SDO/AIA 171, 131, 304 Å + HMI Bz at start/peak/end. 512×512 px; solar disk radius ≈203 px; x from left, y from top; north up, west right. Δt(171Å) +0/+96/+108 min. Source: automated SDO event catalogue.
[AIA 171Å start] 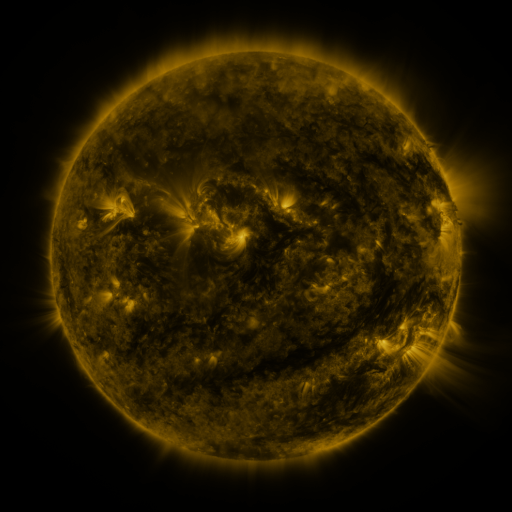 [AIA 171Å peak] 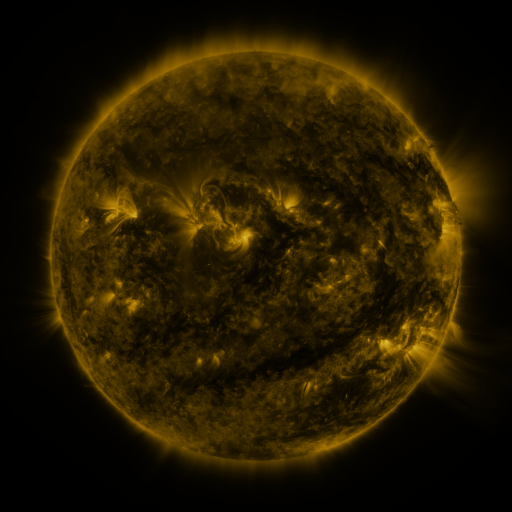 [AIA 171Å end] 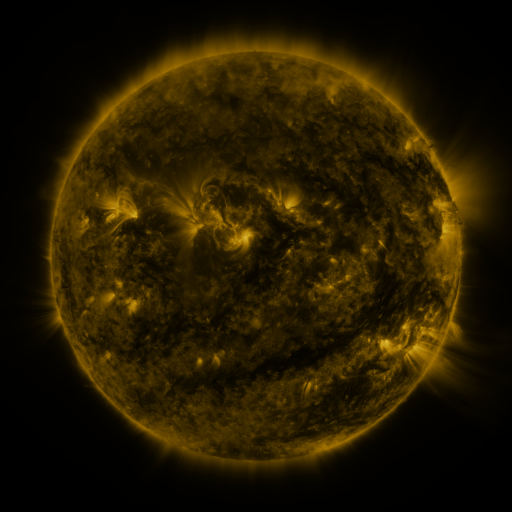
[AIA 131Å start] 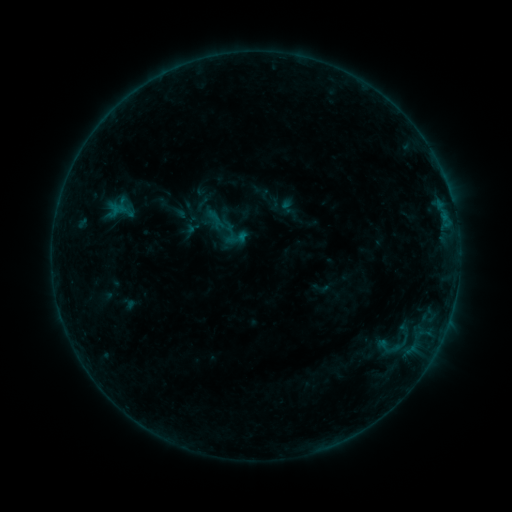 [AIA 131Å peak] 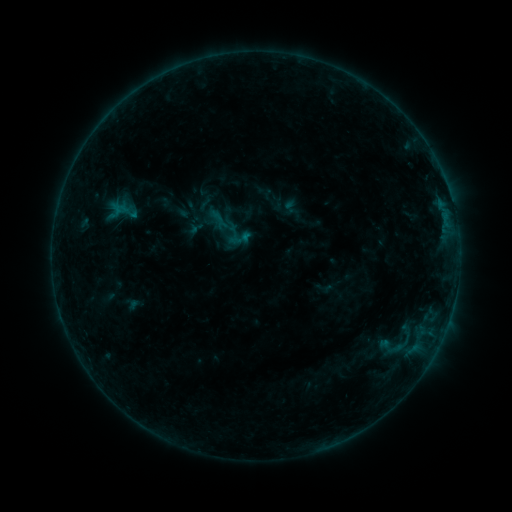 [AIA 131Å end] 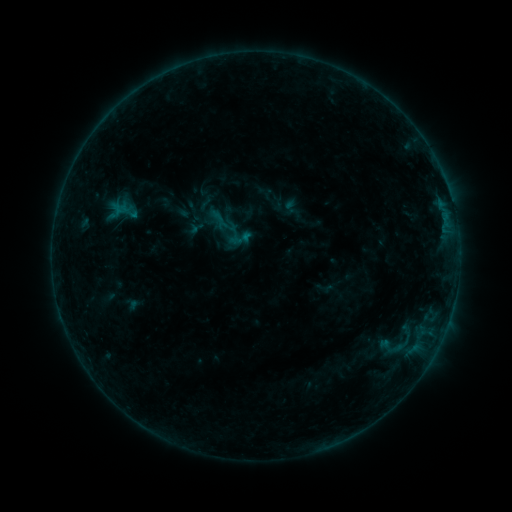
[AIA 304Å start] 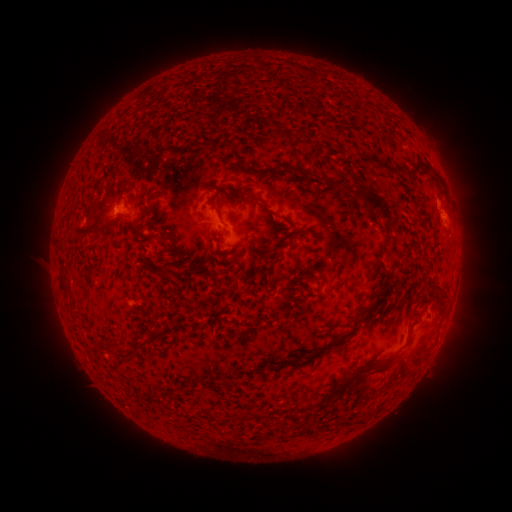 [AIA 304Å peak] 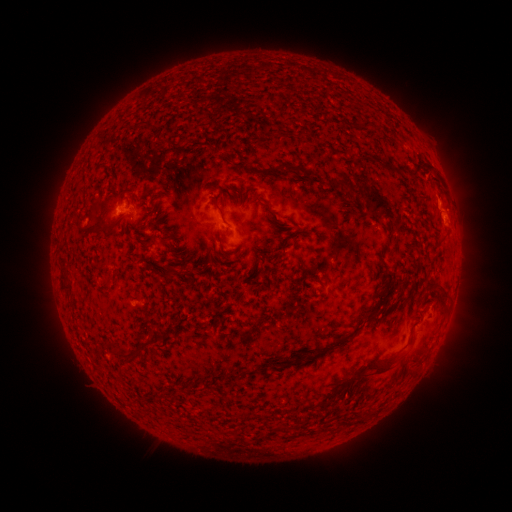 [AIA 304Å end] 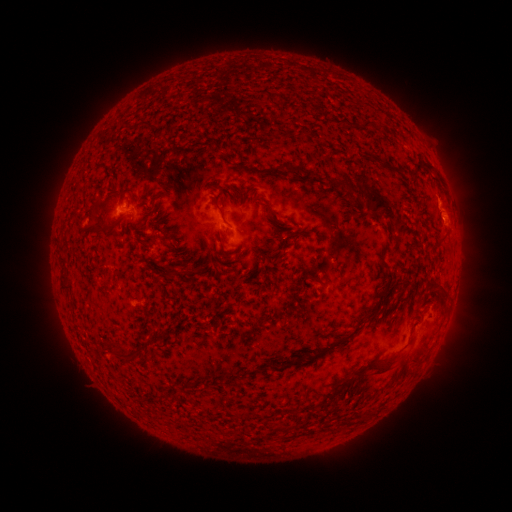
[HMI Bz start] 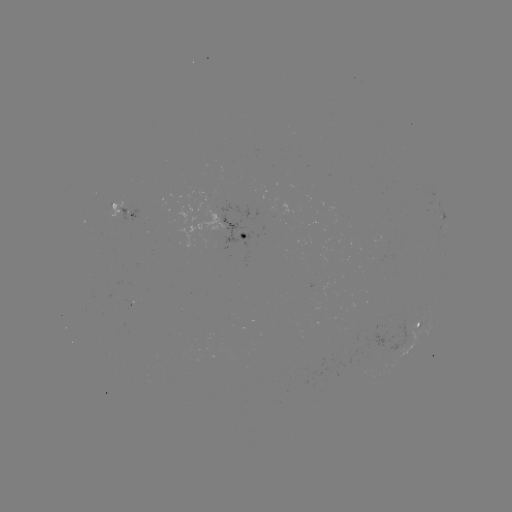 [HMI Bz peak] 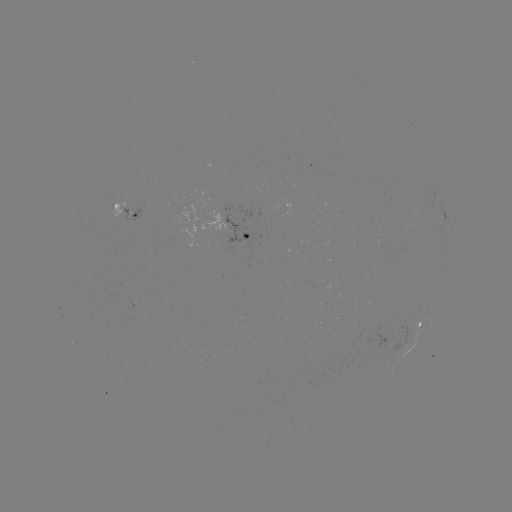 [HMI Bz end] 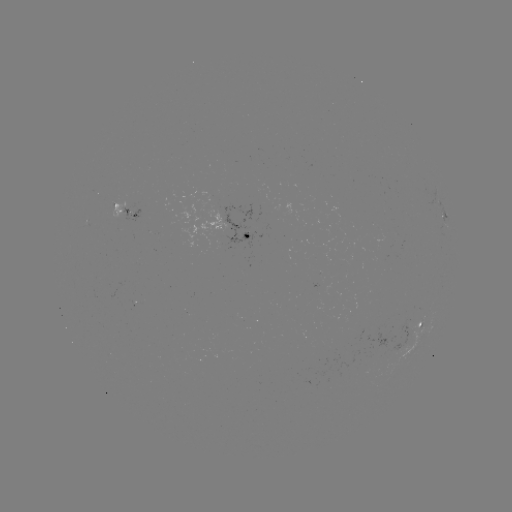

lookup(emerging-flux region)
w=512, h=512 [128, 212]